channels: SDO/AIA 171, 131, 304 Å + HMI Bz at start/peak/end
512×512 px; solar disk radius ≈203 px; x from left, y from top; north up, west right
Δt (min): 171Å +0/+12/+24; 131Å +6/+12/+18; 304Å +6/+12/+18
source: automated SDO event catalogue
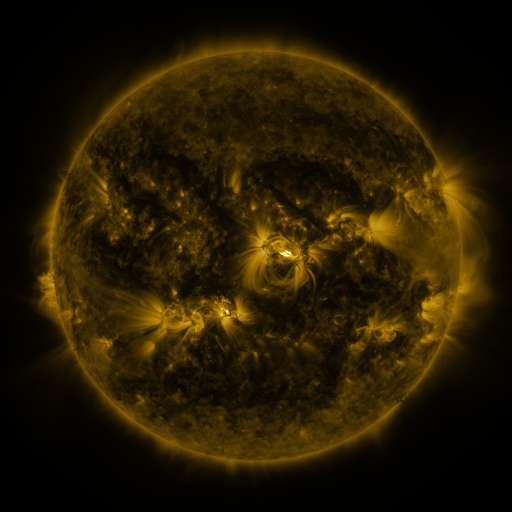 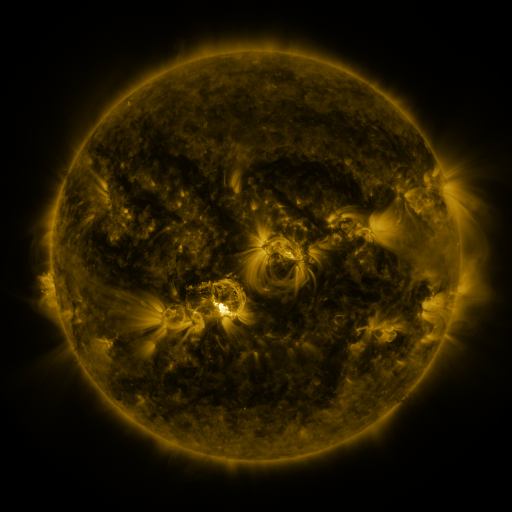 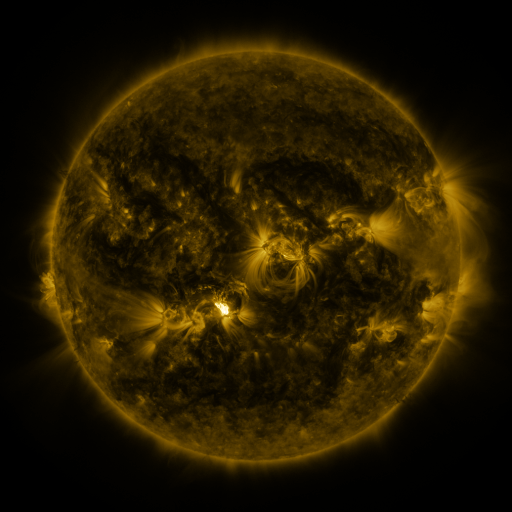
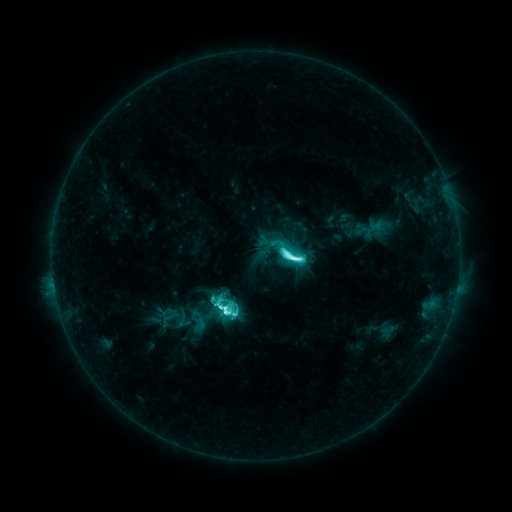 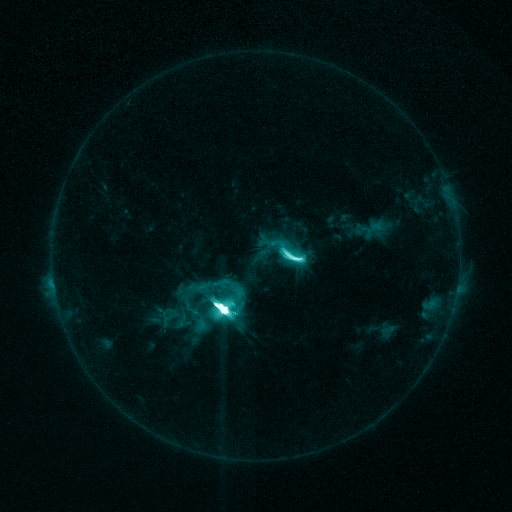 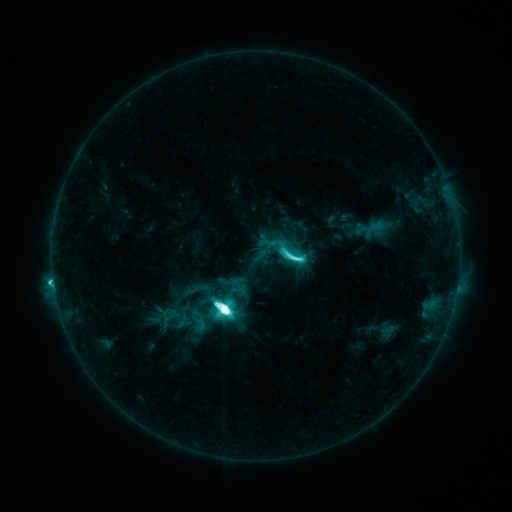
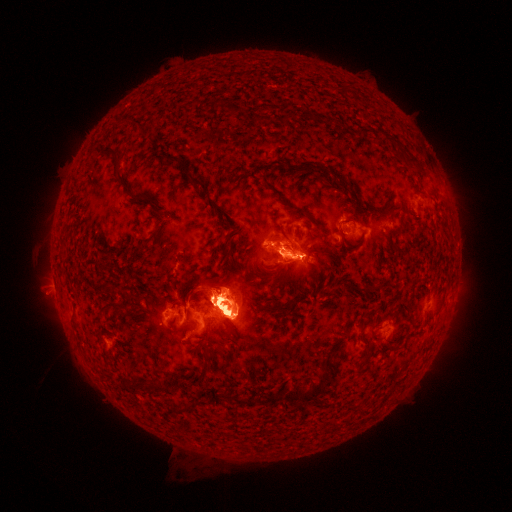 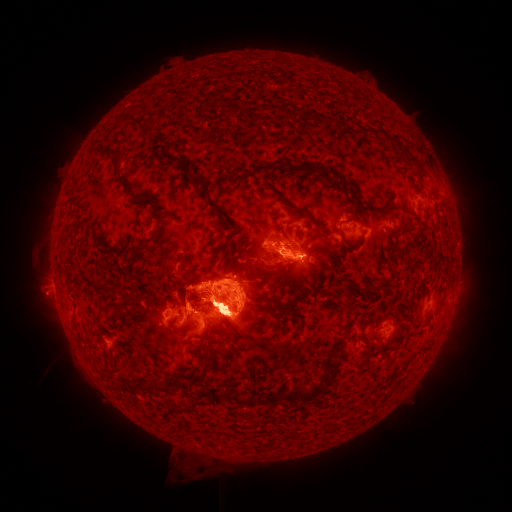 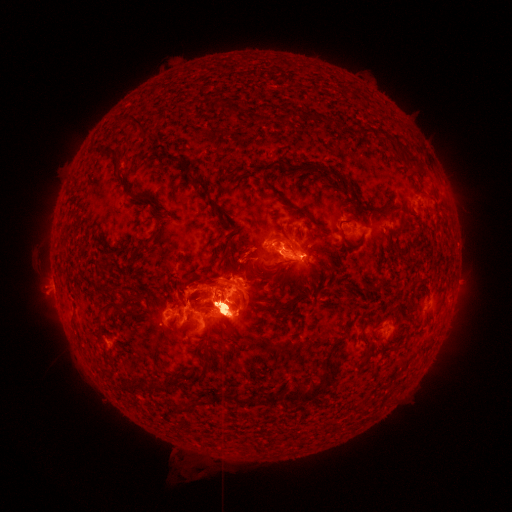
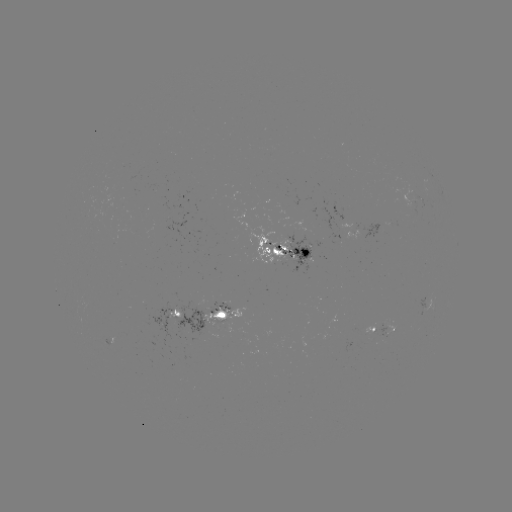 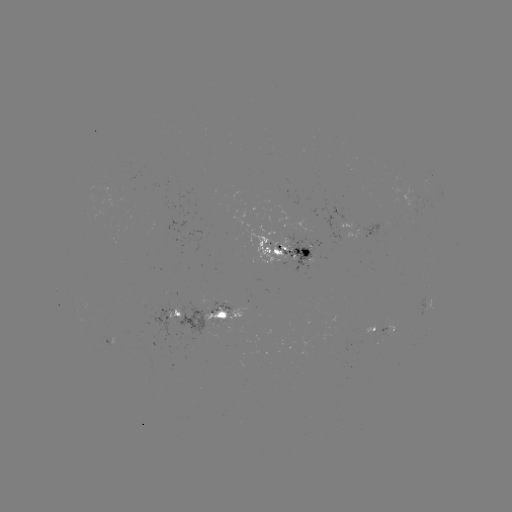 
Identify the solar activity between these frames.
eruption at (101, 306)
